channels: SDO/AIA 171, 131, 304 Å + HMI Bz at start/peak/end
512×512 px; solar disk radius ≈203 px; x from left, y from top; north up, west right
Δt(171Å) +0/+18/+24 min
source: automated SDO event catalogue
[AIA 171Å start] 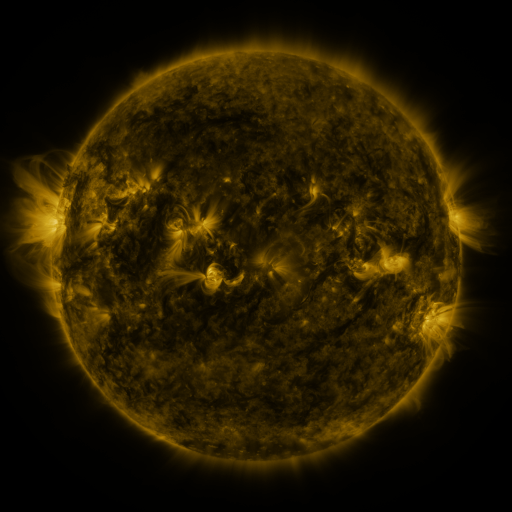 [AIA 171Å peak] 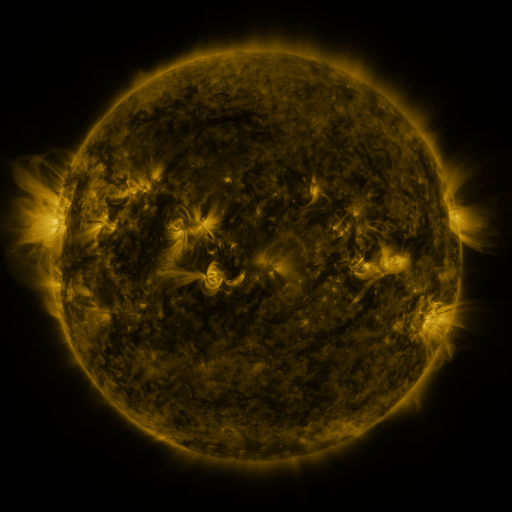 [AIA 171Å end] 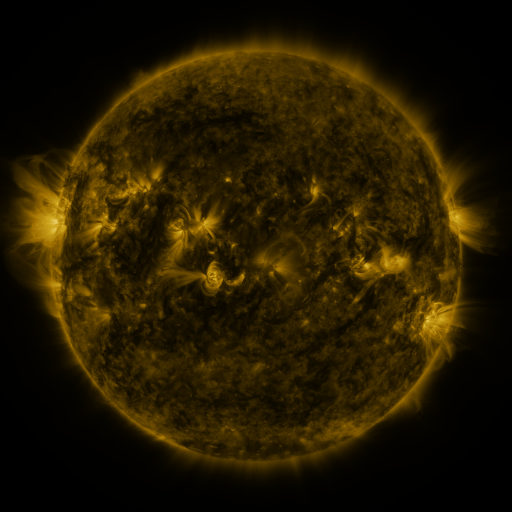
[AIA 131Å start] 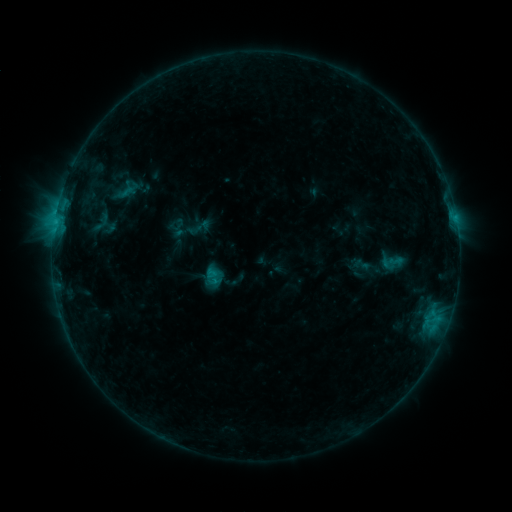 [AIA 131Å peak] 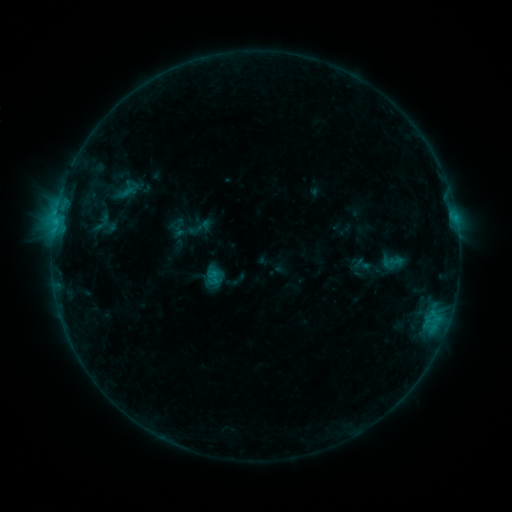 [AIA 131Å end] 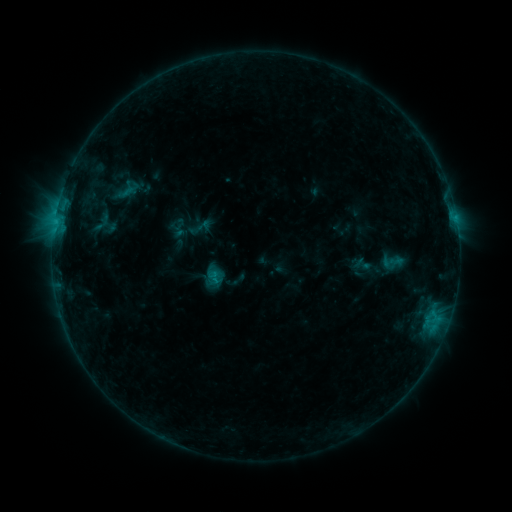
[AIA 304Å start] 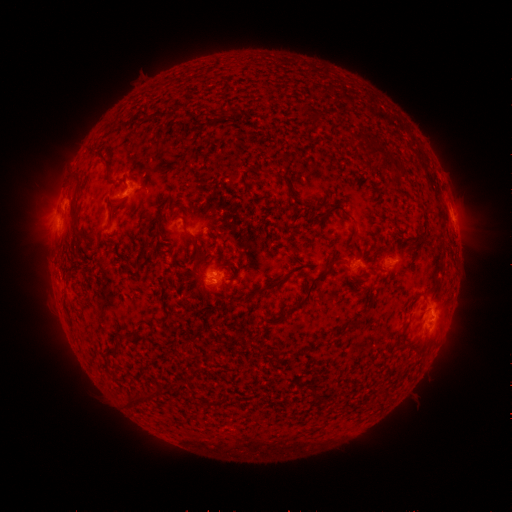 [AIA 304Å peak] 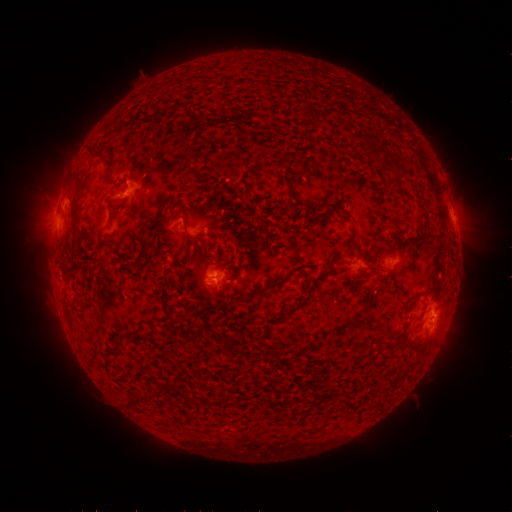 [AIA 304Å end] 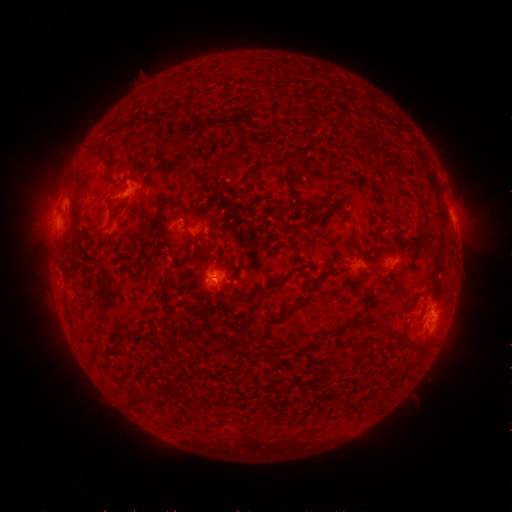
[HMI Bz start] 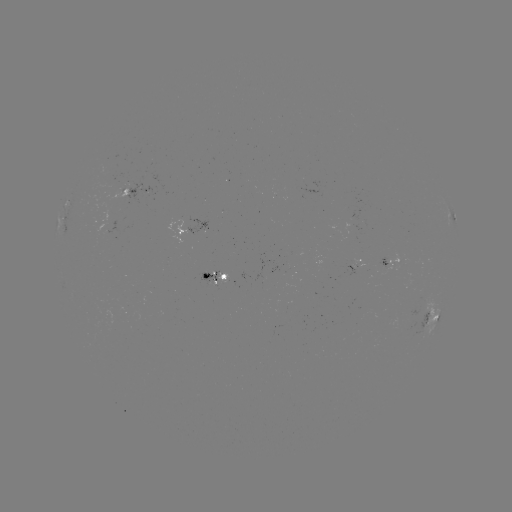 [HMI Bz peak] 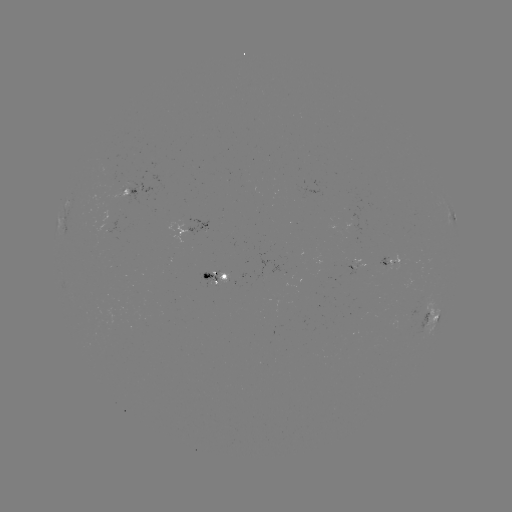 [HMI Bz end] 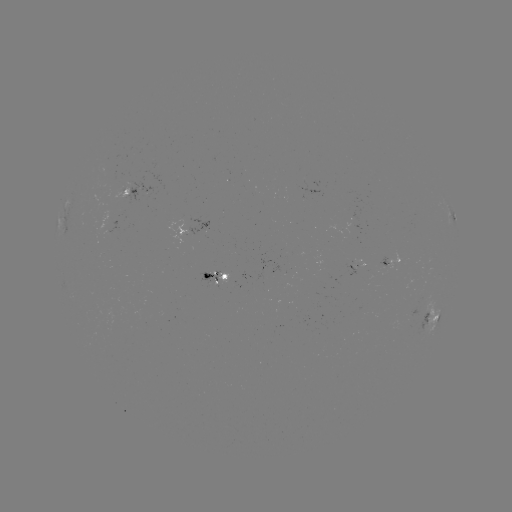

no catalogued flare and no flagged EUV brightening in this window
